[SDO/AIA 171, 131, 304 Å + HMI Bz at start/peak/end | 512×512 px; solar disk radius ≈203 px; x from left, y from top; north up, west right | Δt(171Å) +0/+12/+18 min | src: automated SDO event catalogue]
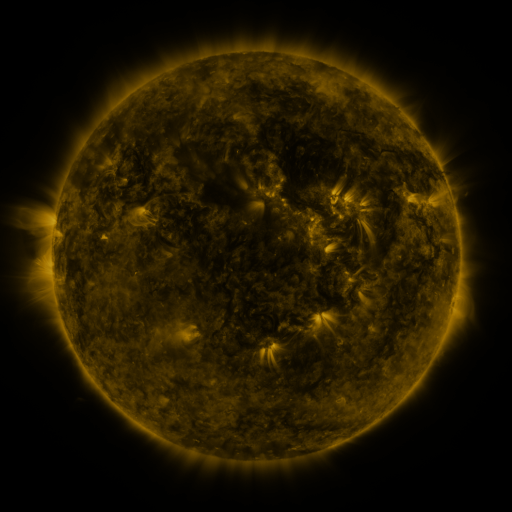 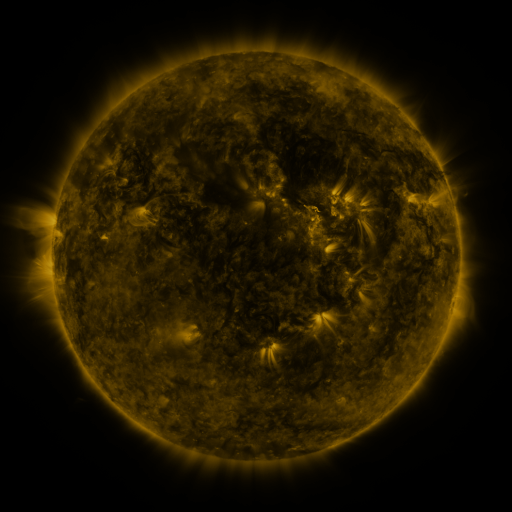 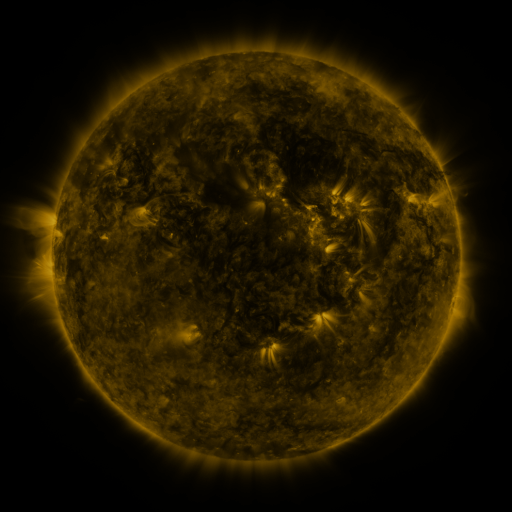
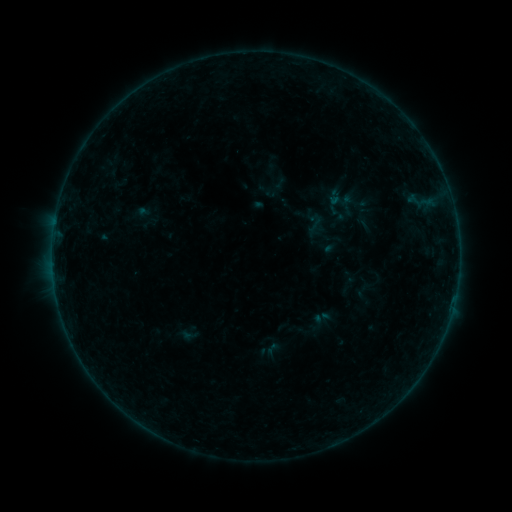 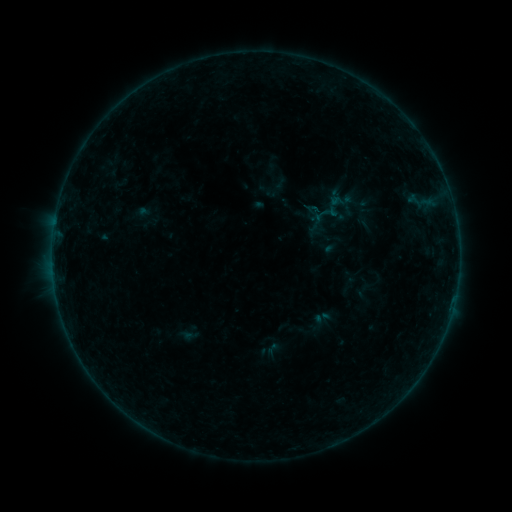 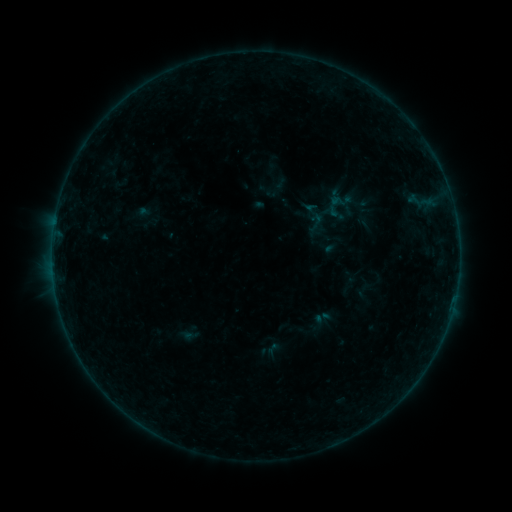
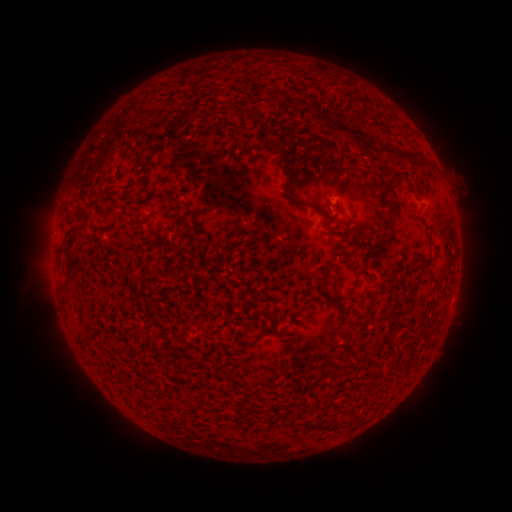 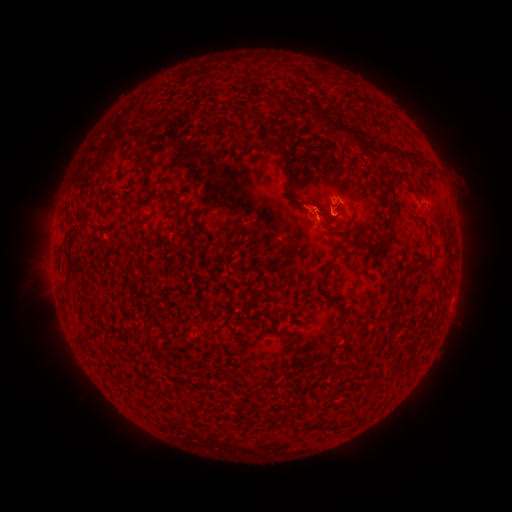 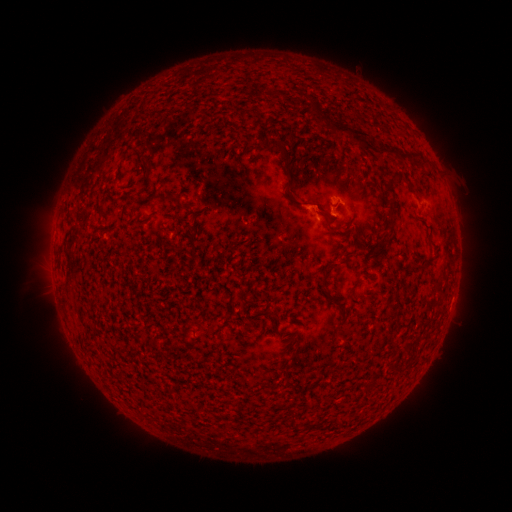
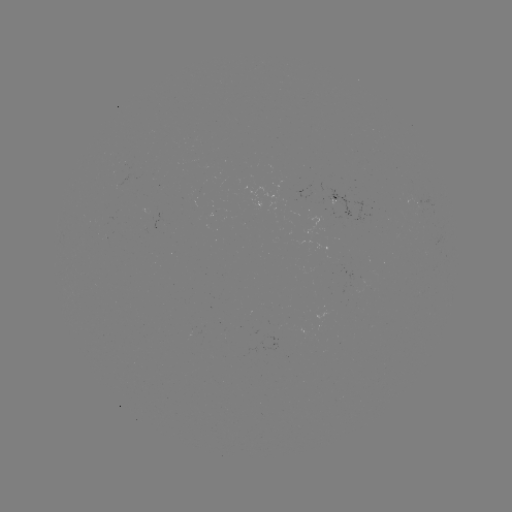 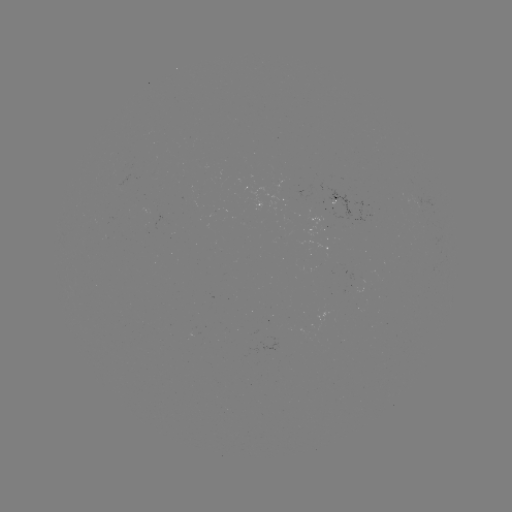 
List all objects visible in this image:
eruption: (319, 209)
